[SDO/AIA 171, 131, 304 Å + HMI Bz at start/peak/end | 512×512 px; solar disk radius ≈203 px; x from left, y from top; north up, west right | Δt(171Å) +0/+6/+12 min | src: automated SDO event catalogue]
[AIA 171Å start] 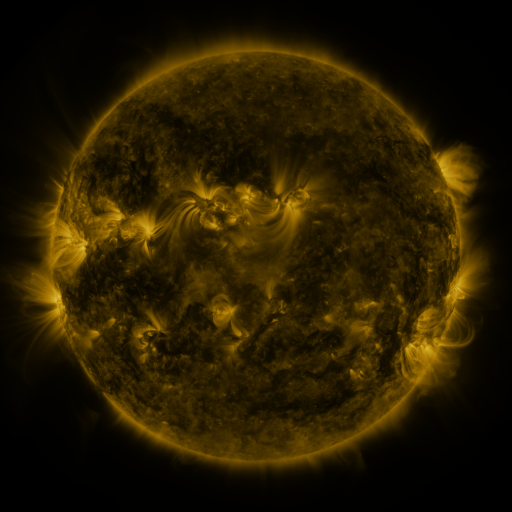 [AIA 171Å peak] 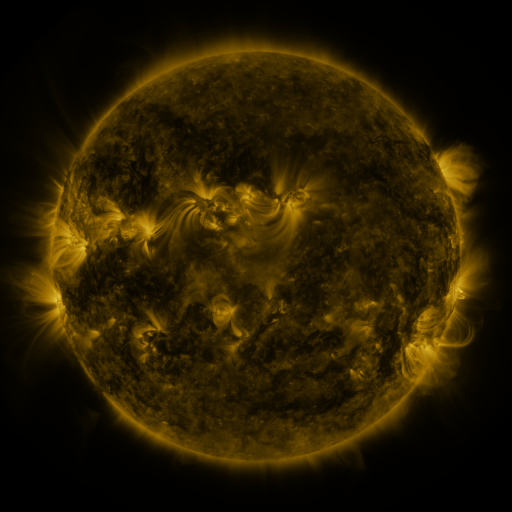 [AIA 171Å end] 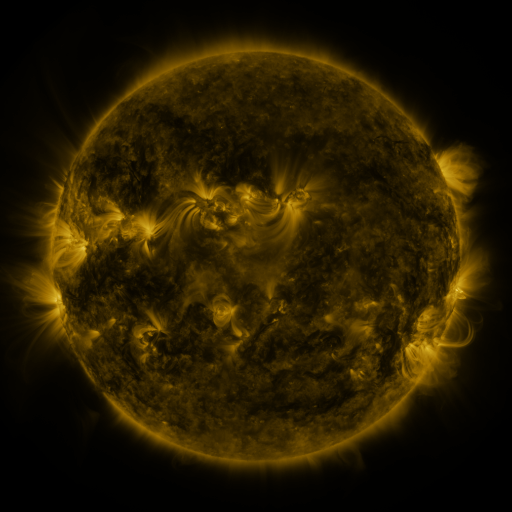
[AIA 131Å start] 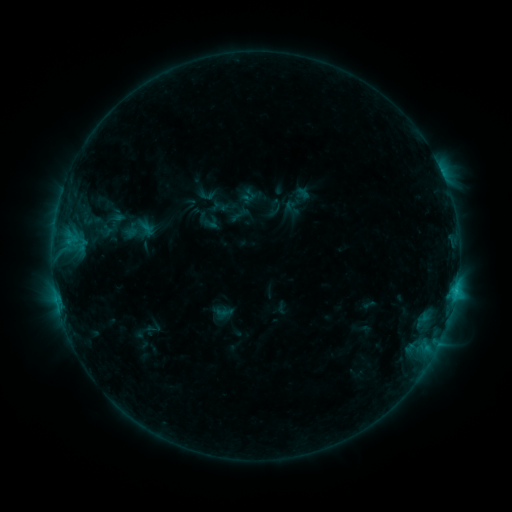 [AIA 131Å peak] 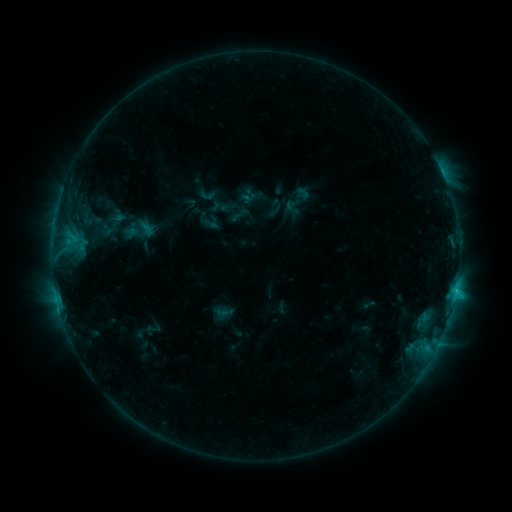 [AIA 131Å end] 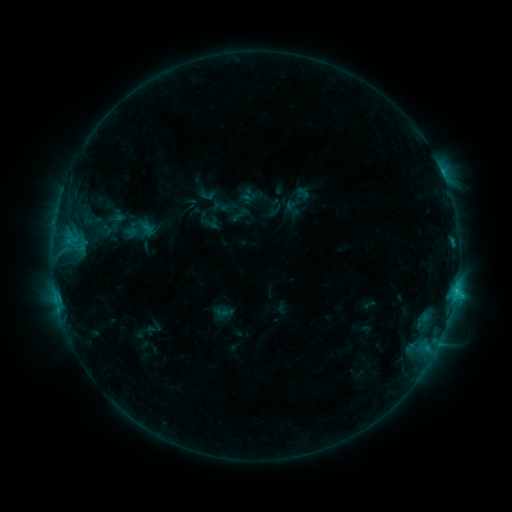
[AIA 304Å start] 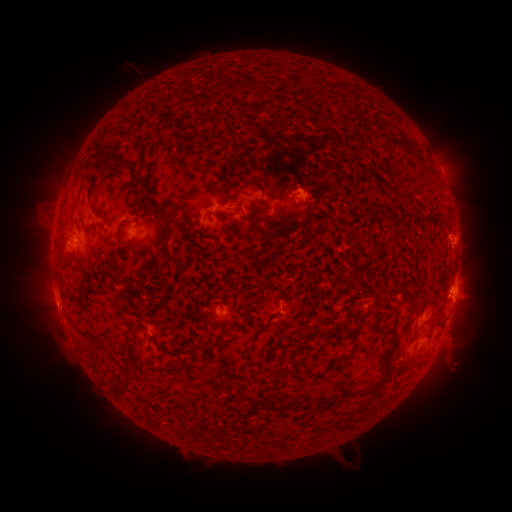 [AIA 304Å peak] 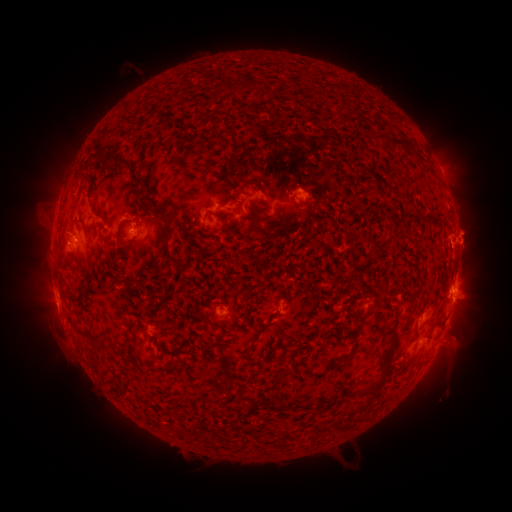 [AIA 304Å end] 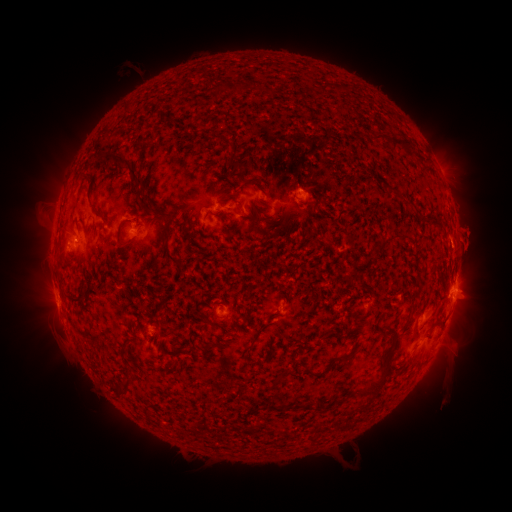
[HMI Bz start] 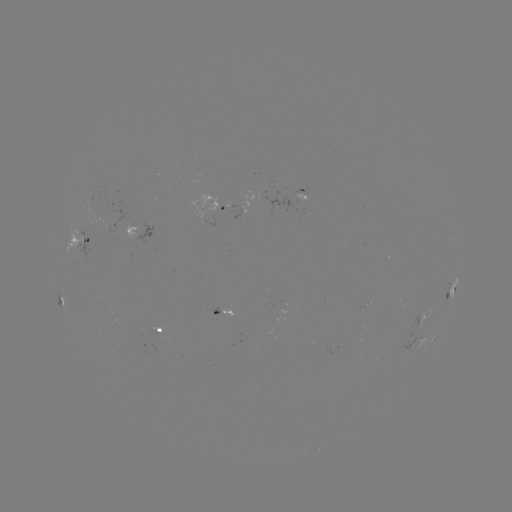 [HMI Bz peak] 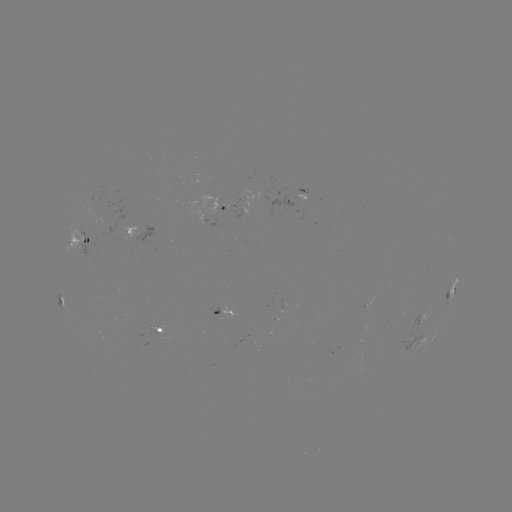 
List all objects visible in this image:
eruption: (431, 239)
